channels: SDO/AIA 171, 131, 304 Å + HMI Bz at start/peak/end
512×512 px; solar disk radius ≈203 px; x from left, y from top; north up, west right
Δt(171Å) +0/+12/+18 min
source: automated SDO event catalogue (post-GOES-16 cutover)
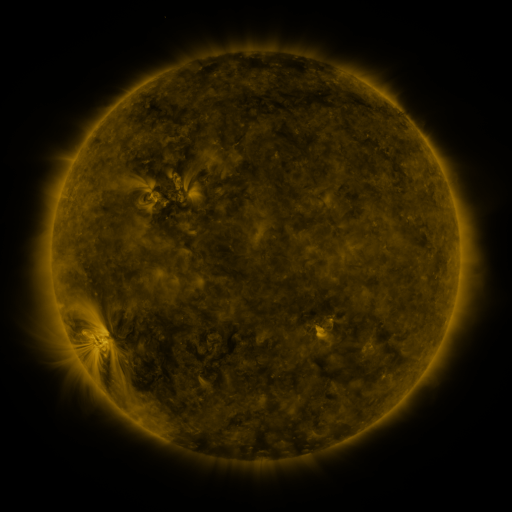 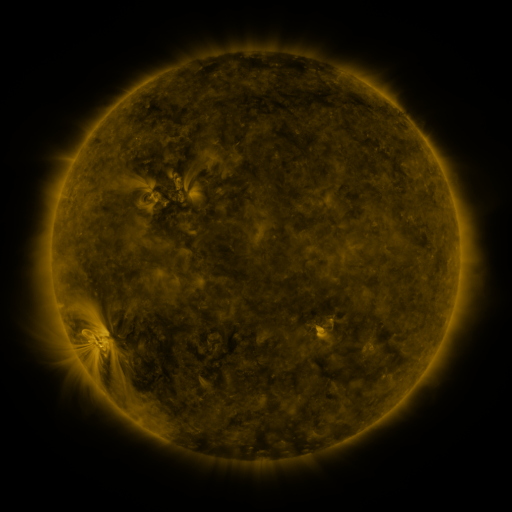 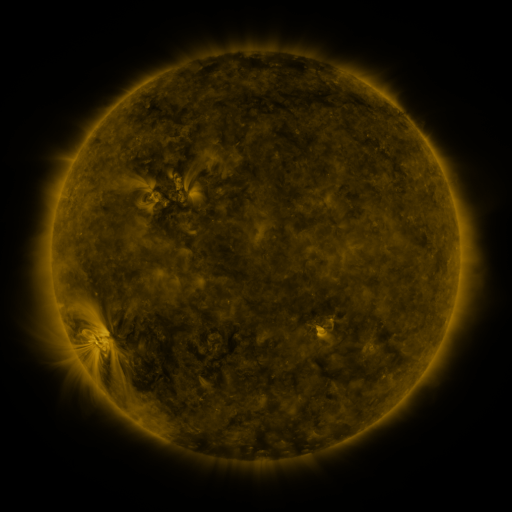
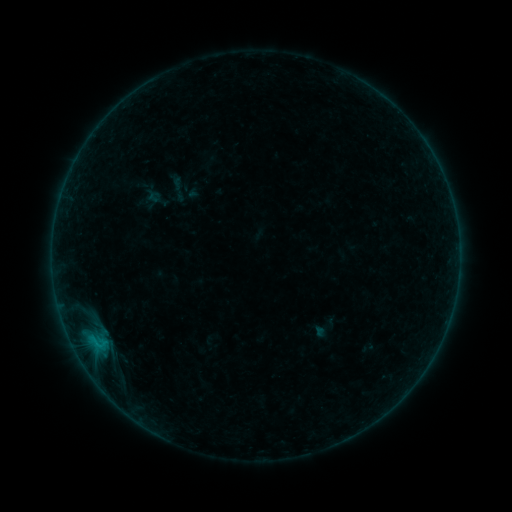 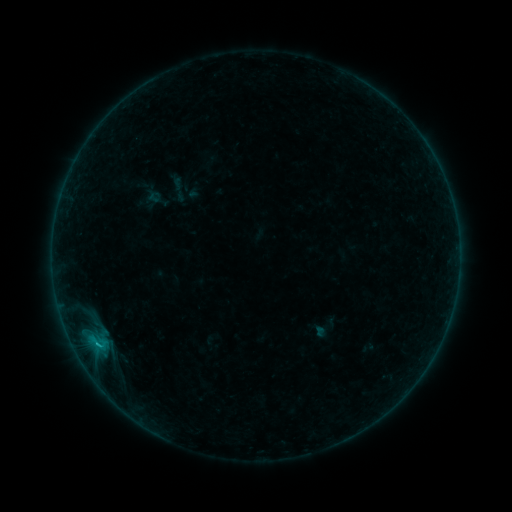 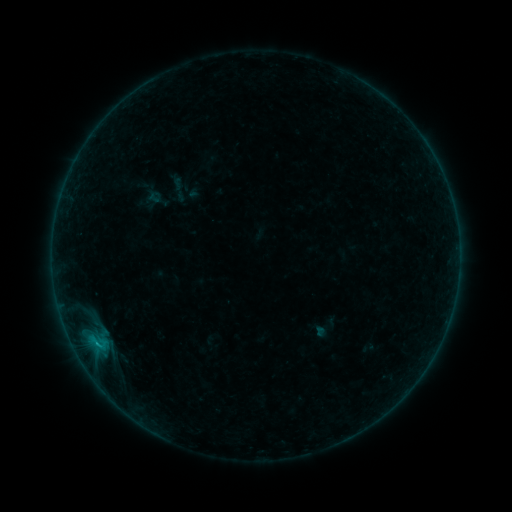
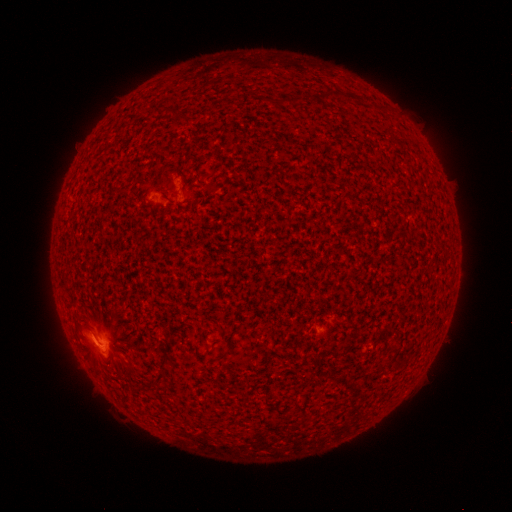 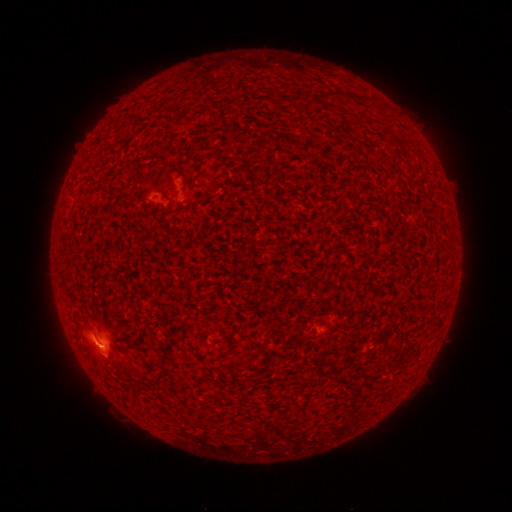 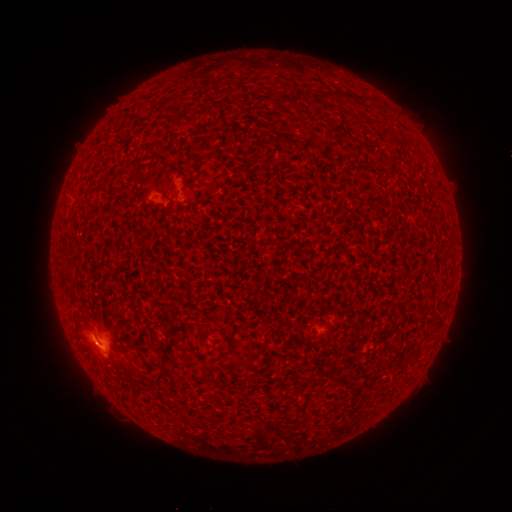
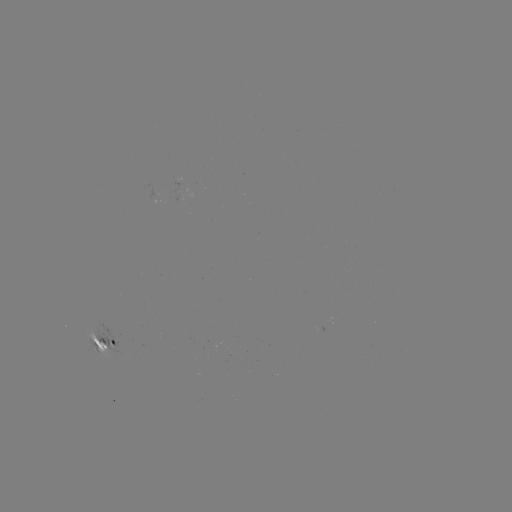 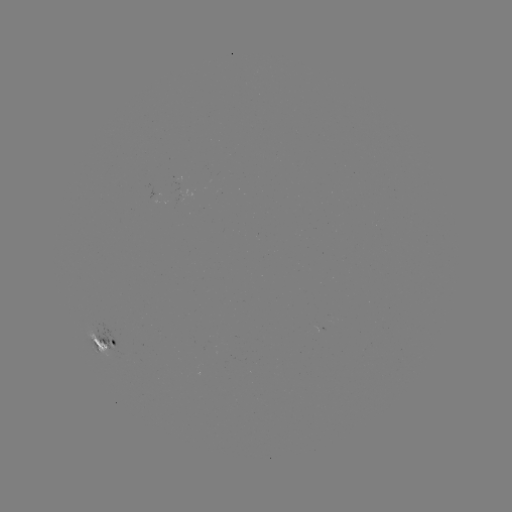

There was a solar flare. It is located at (98, 342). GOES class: B7.0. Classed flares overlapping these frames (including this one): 1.